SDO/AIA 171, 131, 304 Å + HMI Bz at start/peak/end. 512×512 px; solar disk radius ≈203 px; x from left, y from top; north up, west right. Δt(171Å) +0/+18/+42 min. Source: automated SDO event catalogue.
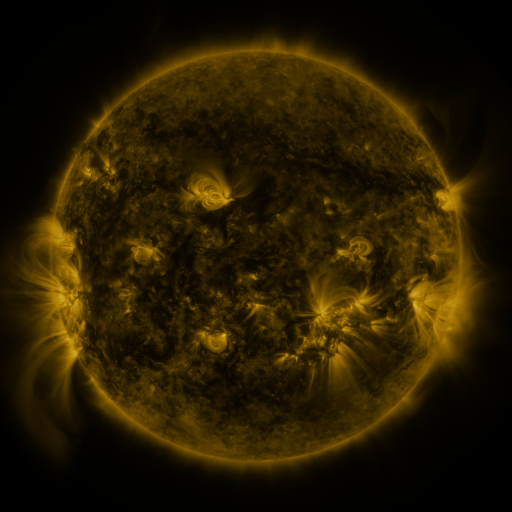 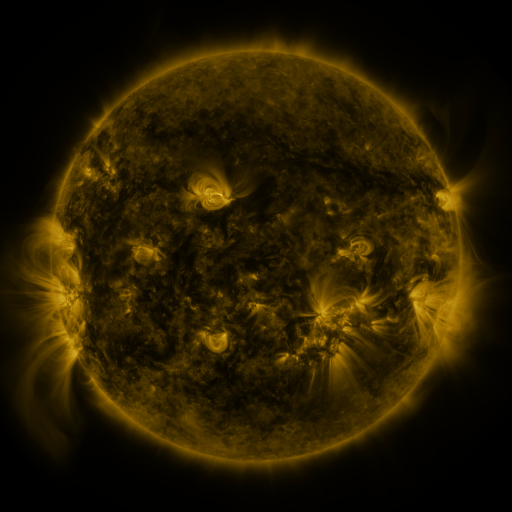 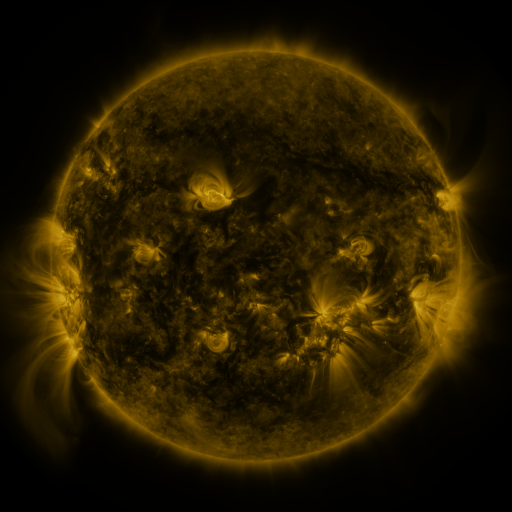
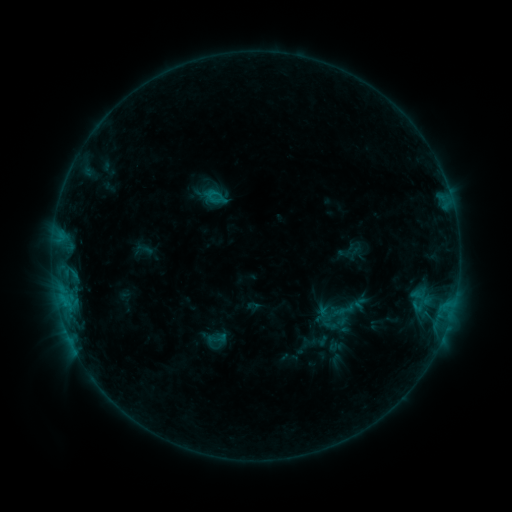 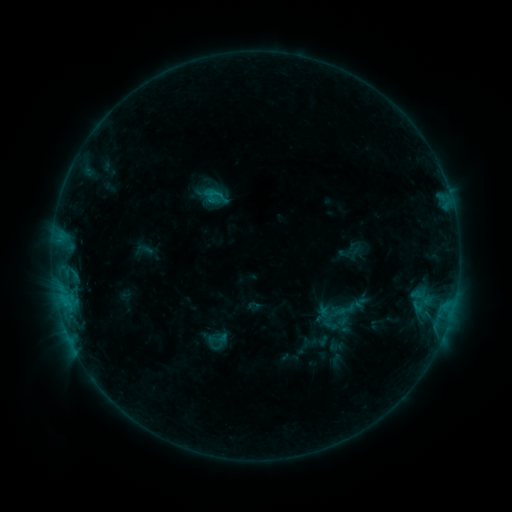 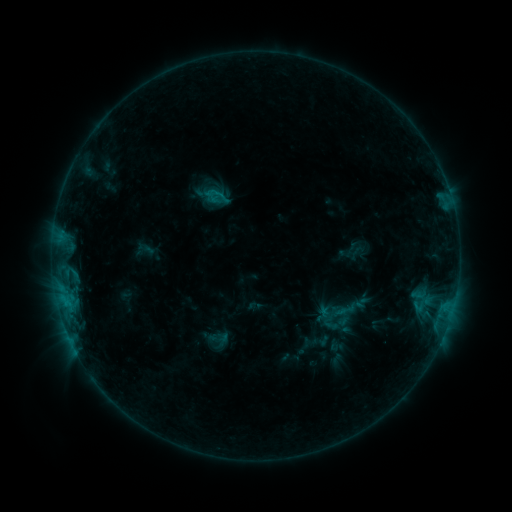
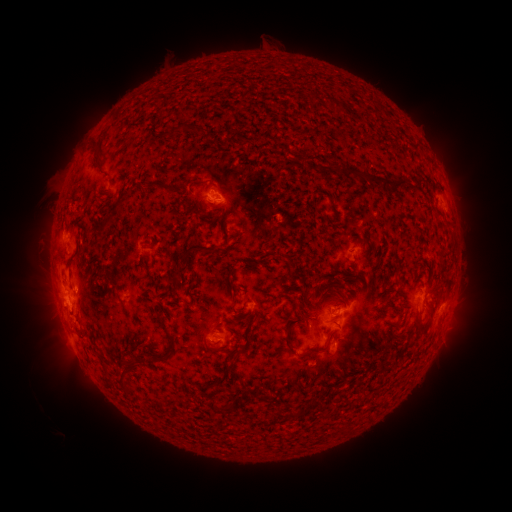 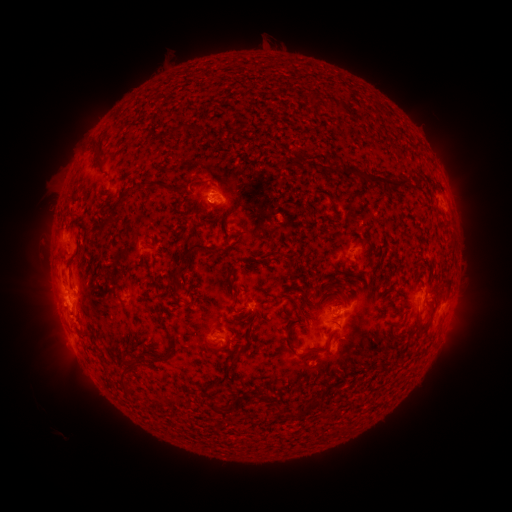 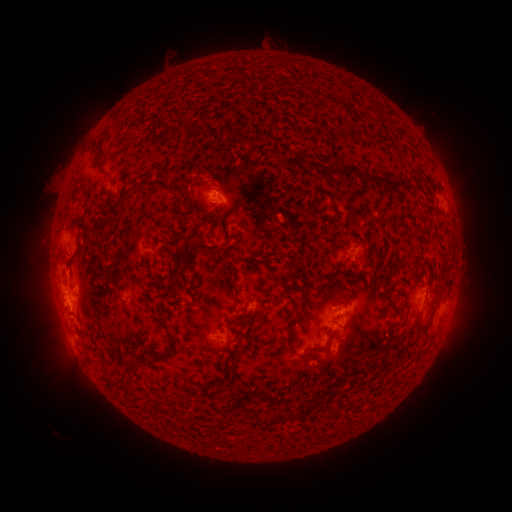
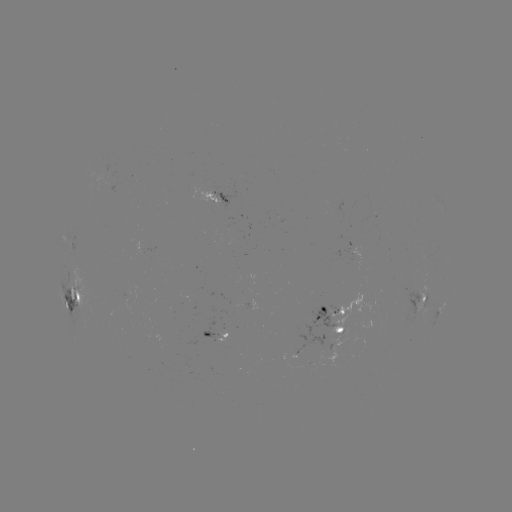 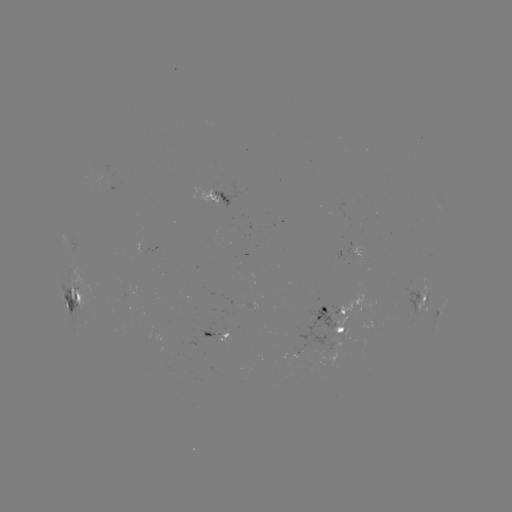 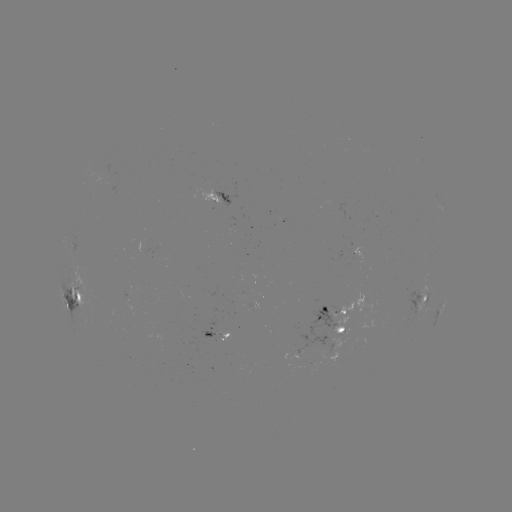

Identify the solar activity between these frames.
no catalogued flare and no flagged EUV brightening in this window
